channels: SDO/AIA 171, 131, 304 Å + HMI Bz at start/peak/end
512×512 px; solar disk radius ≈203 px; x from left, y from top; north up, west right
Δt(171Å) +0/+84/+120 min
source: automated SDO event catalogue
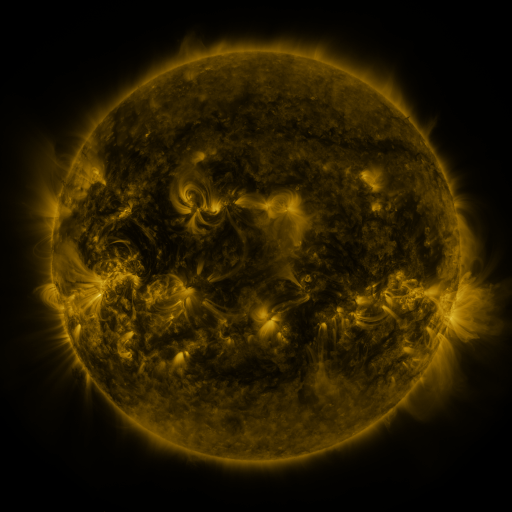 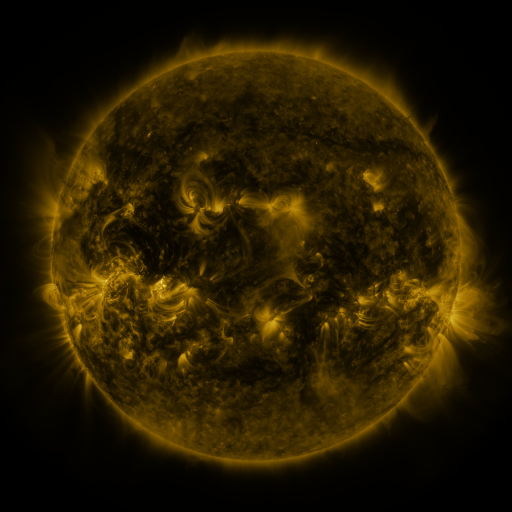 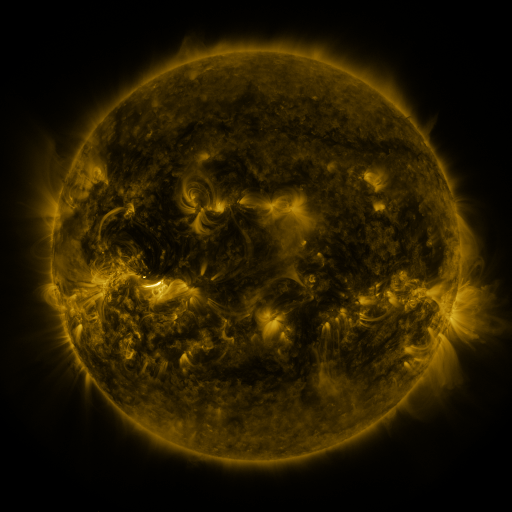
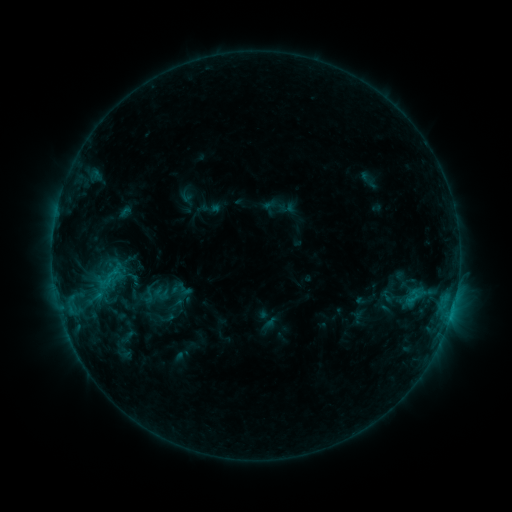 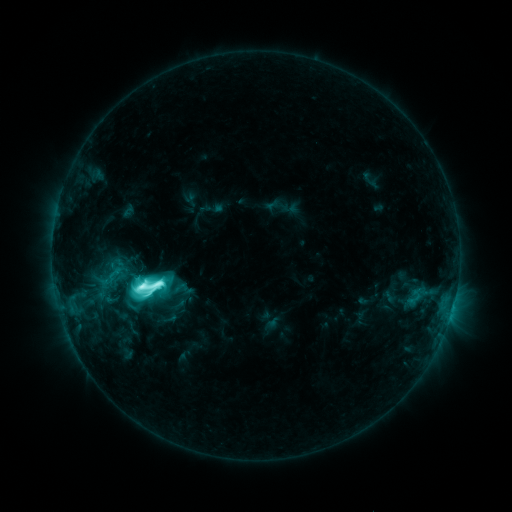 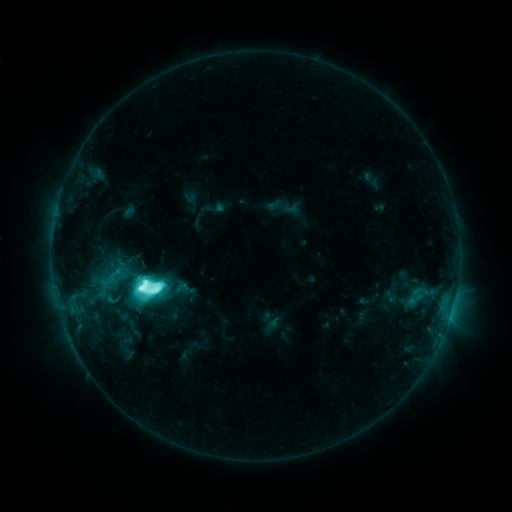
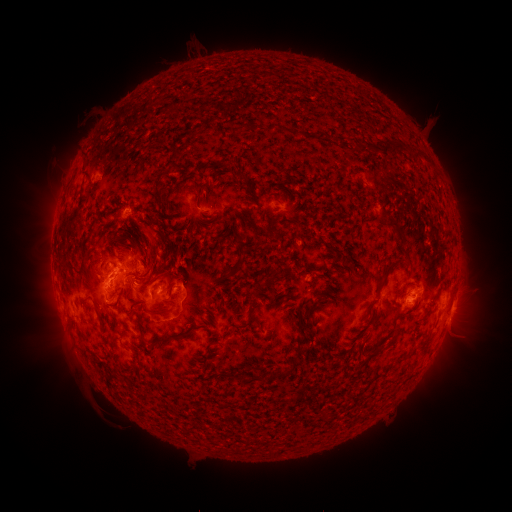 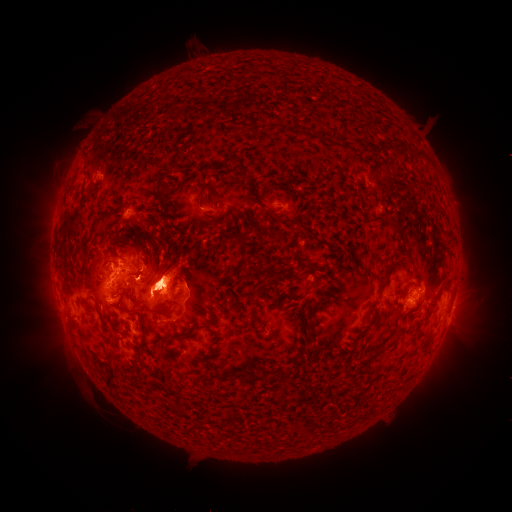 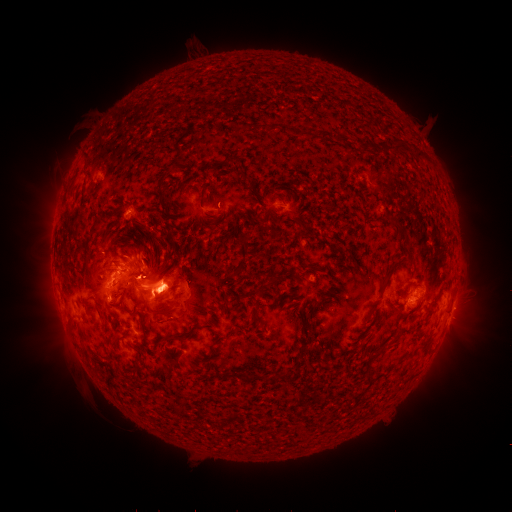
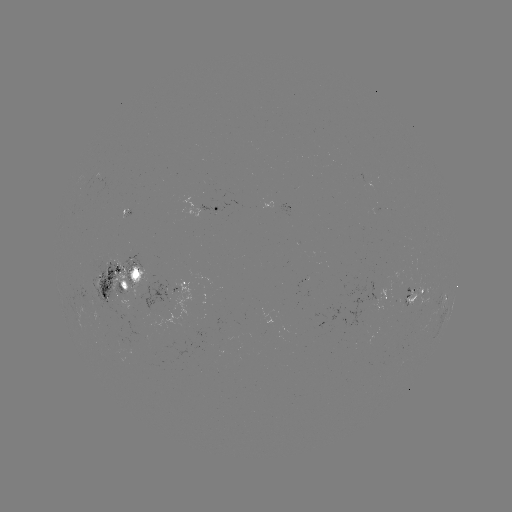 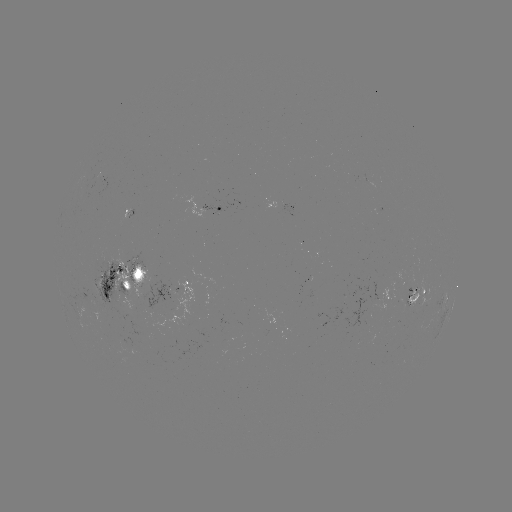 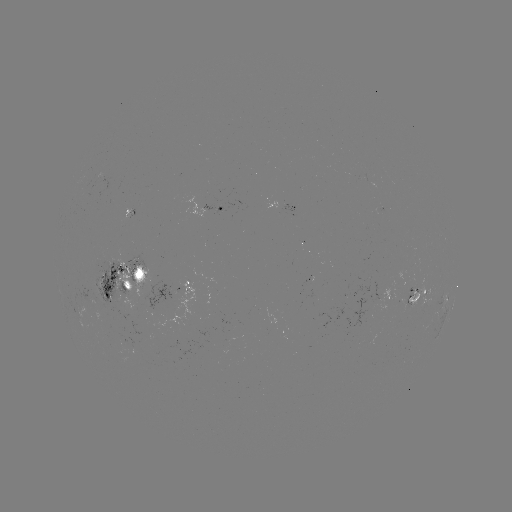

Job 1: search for emerging-flux region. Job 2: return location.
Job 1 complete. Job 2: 388,299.